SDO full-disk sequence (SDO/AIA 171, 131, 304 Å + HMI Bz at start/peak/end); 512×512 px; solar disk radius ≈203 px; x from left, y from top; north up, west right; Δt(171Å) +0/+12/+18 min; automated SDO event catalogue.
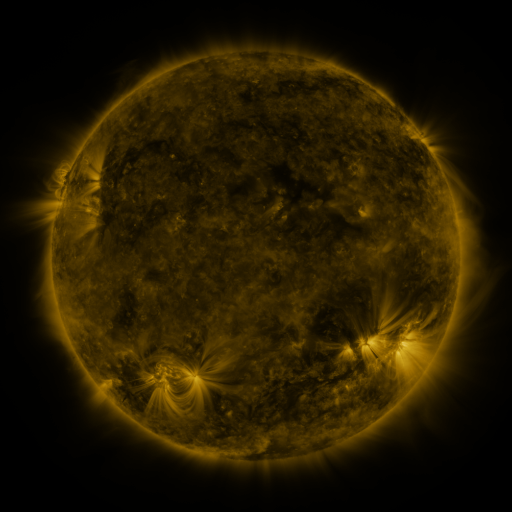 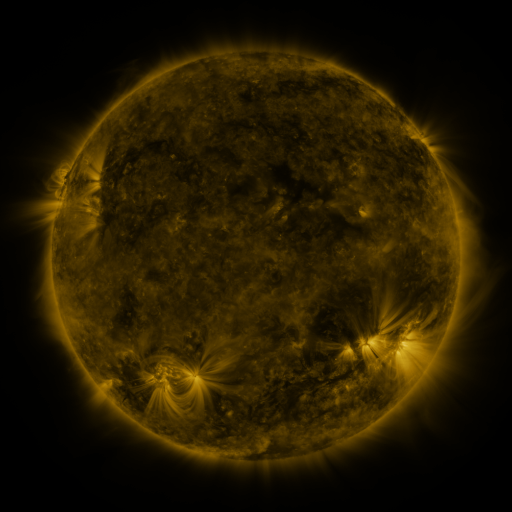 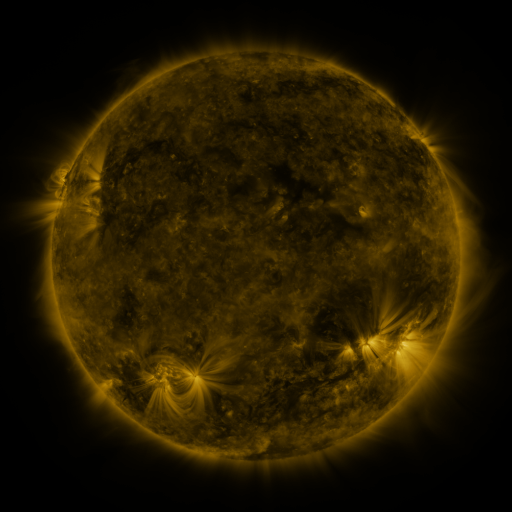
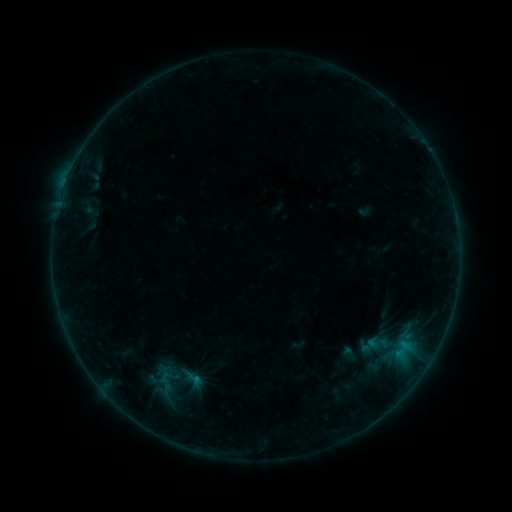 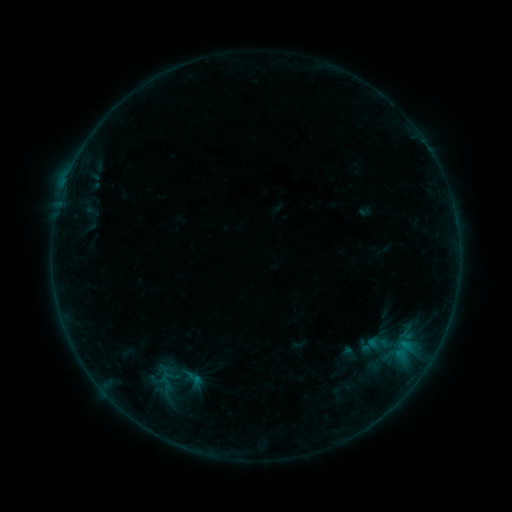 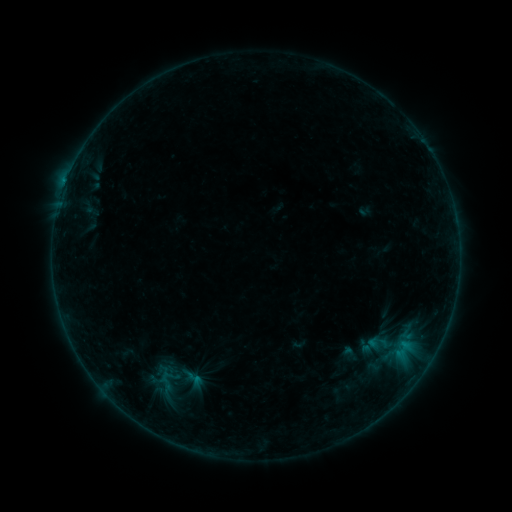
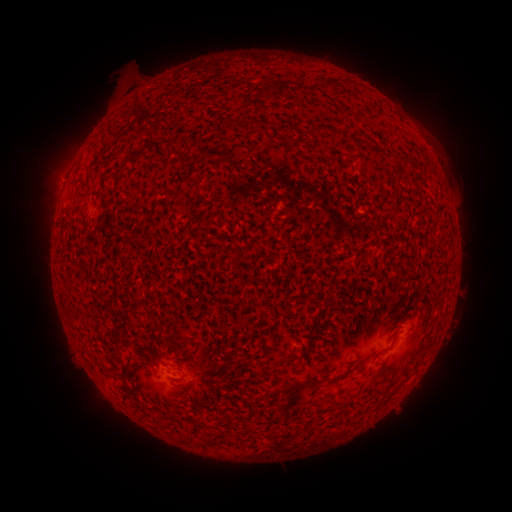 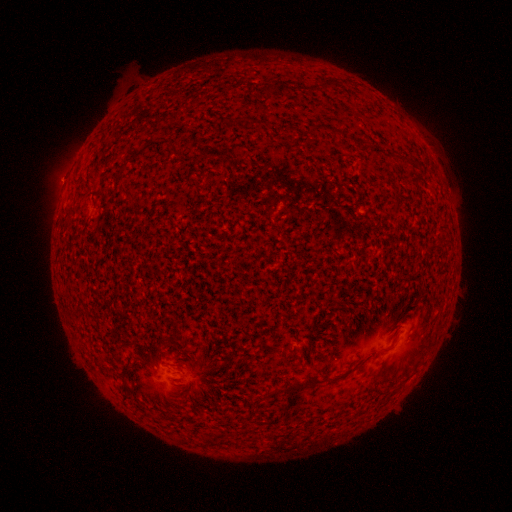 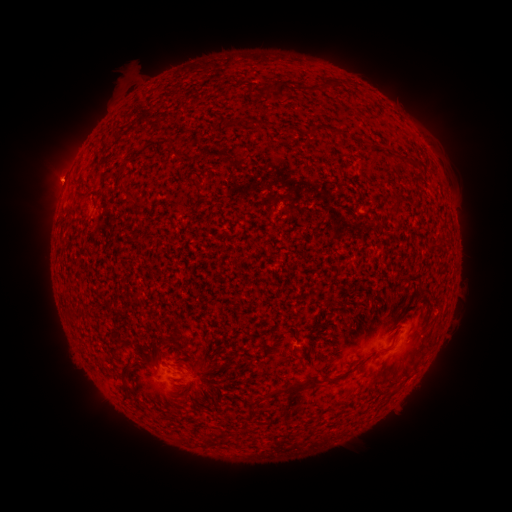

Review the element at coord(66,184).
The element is B3.7 flare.